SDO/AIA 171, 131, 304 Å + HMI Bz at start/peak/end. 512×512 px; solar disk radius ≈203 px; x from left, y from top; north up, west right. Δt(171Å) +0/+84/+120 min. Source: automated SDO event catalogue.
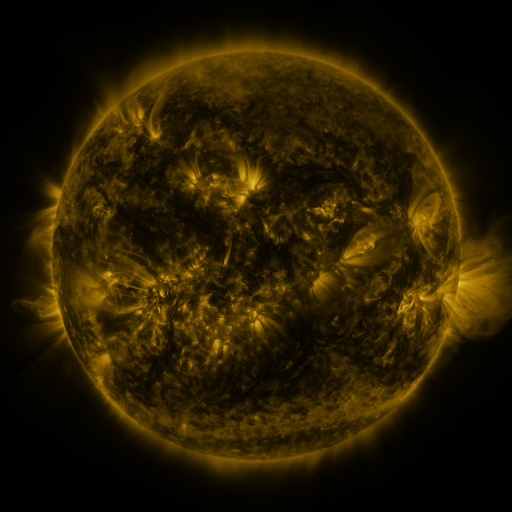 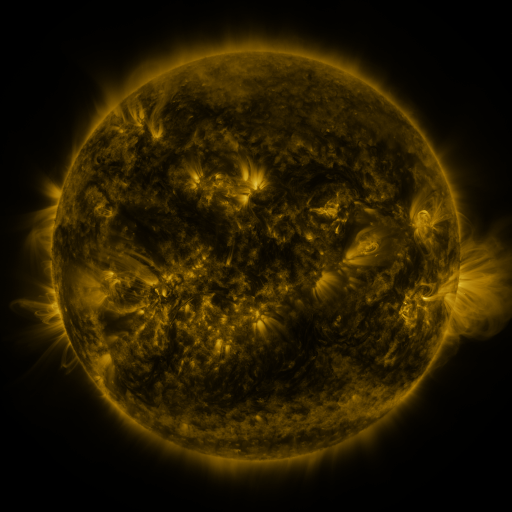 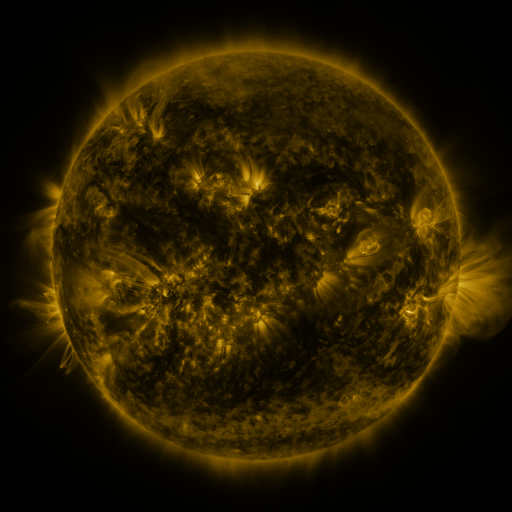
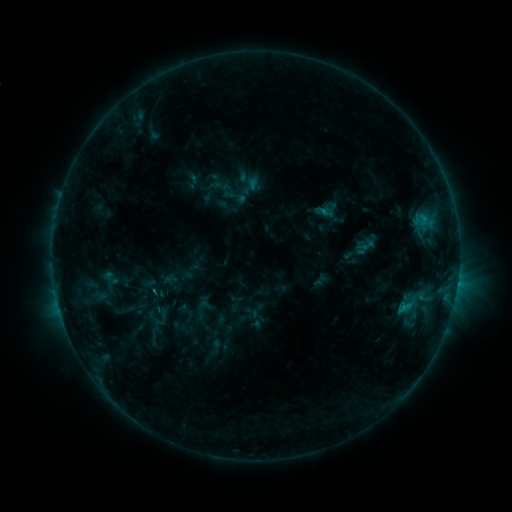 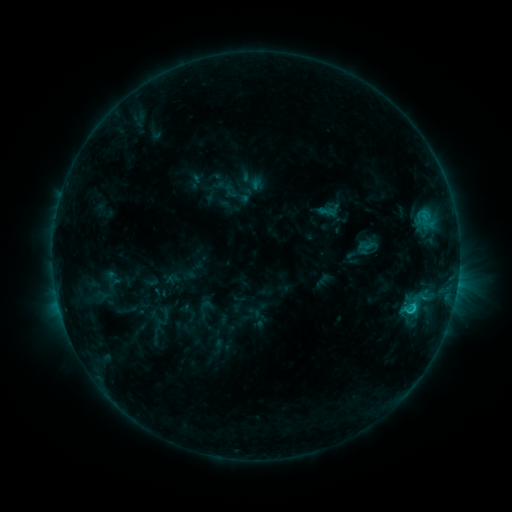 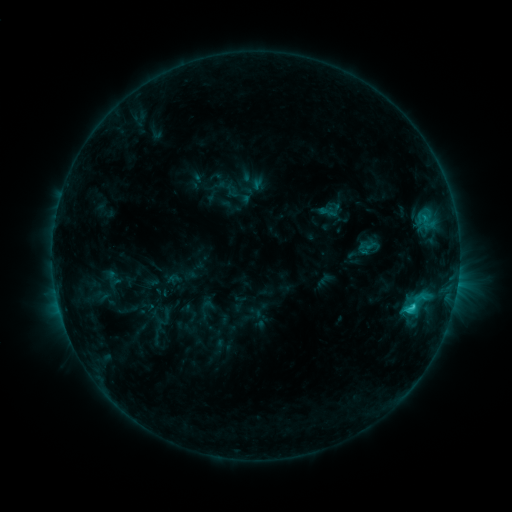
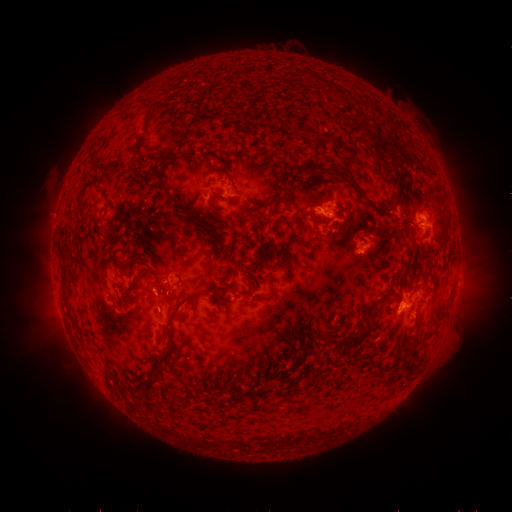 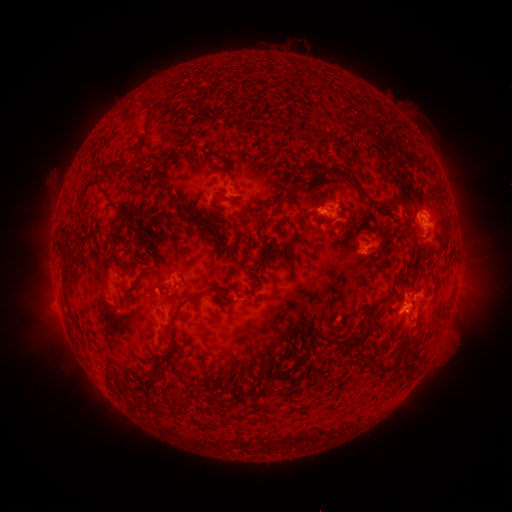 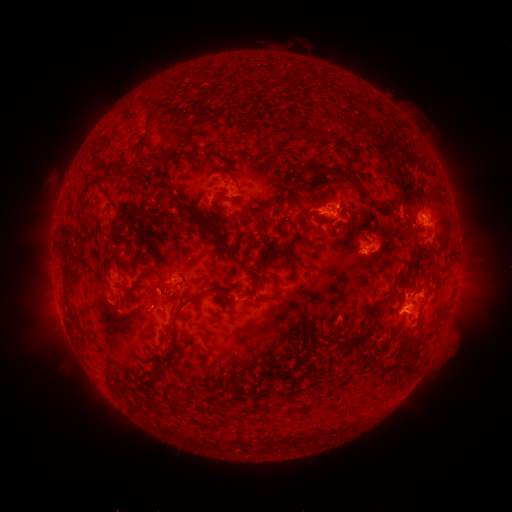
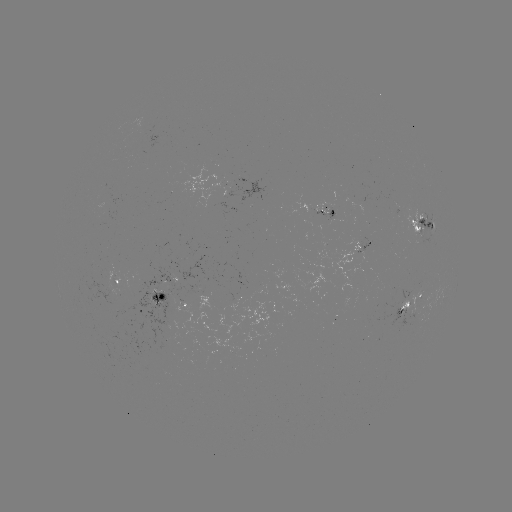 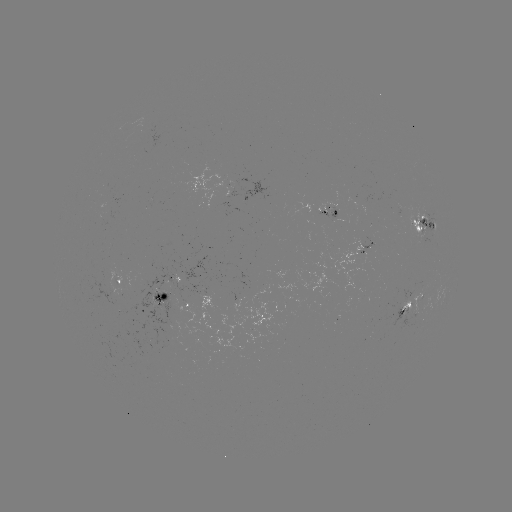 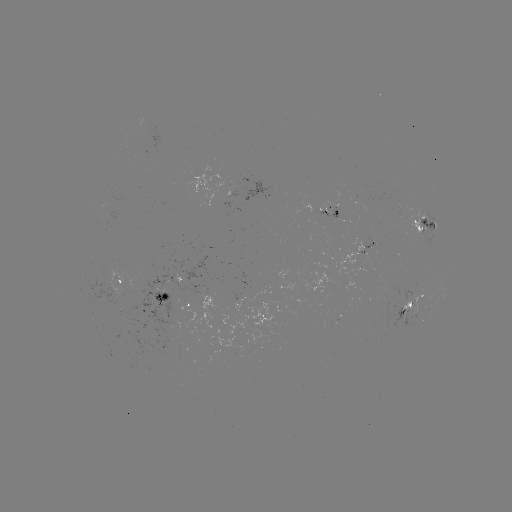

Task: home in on emerging-flux region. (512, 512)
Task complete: [367, 251].